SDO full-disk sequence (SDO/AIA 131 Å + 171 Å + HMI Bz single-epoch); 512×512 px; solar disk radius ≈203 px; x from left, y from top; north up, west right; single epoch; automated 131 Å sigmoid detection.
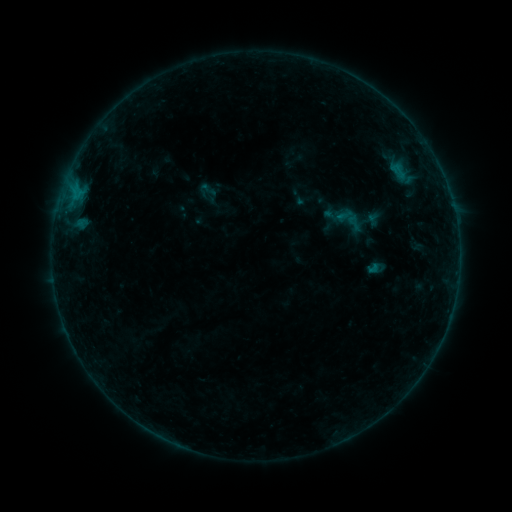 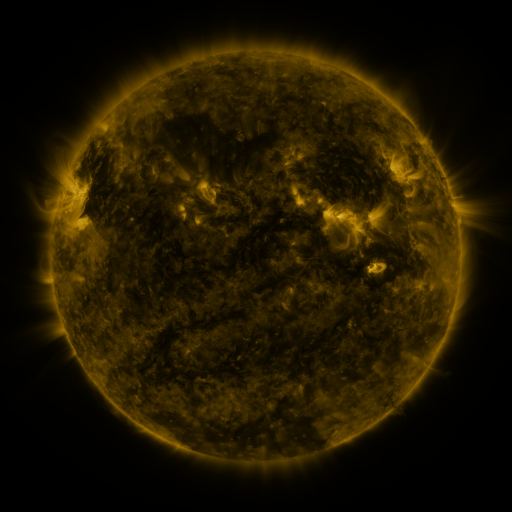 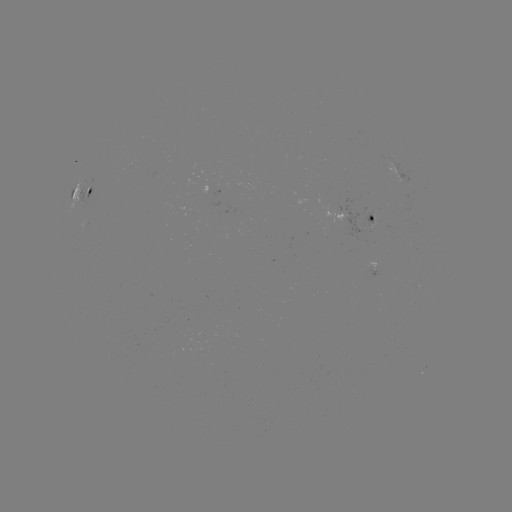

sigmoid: (320, 192, 370, 245)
